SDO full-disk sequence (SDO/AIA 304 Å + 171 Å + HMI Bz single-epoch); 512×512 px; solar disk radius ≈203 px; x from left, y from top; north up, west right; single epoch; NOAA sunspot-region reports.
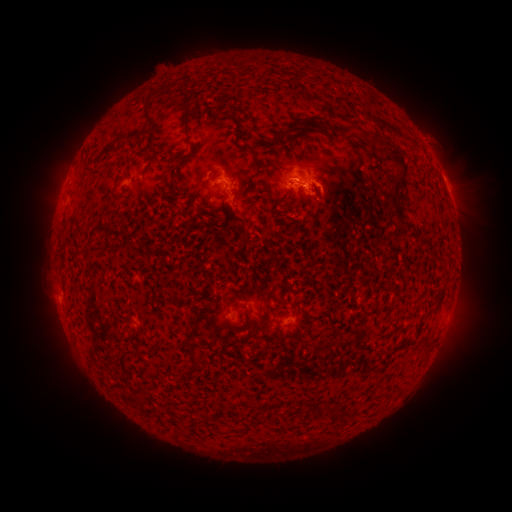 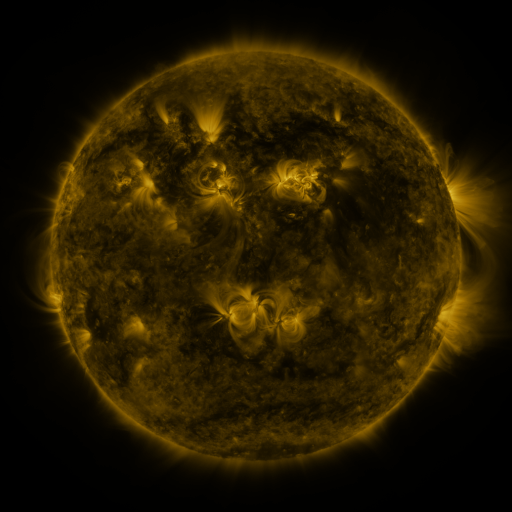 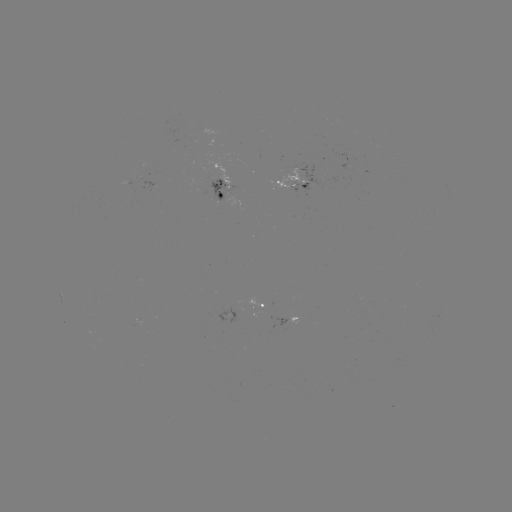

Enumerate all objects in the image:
spotted active region: (300, 182)
spotted active region: (447, 188)
spotted active region: (224, 189)
spotted active region: (259, 304)
spotted active region: (291, 319)
